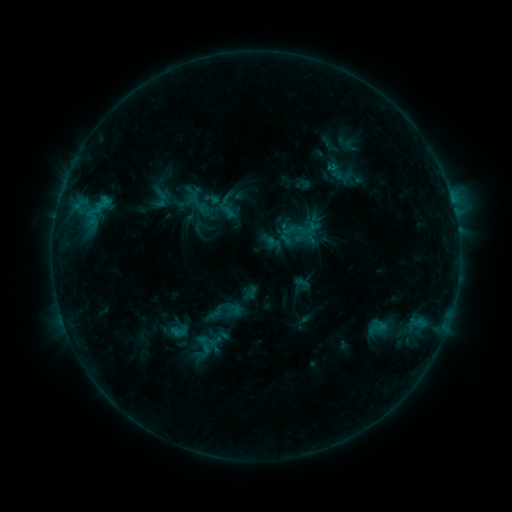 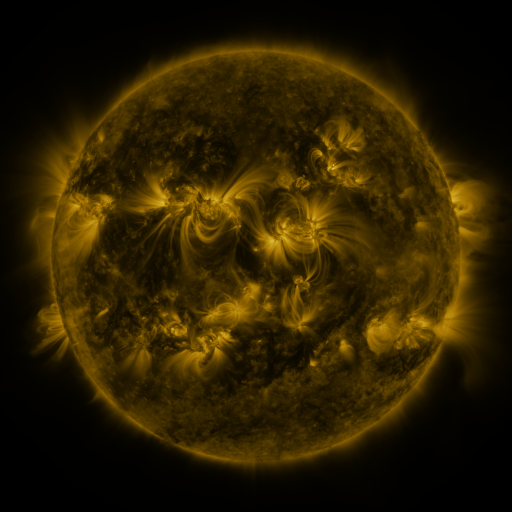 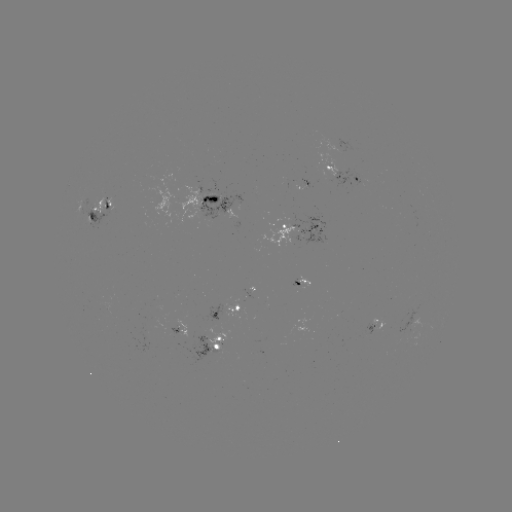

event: sigmoid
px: (303, 284)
